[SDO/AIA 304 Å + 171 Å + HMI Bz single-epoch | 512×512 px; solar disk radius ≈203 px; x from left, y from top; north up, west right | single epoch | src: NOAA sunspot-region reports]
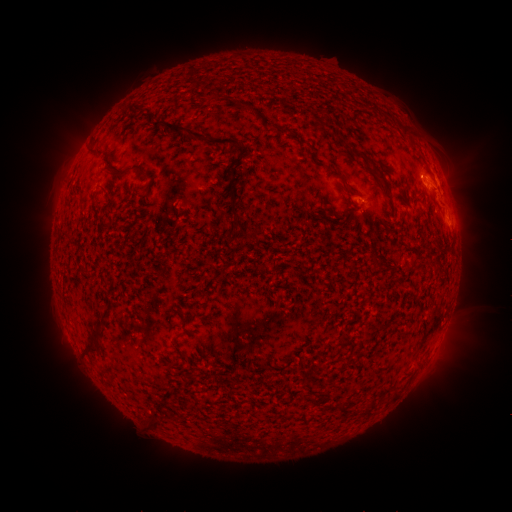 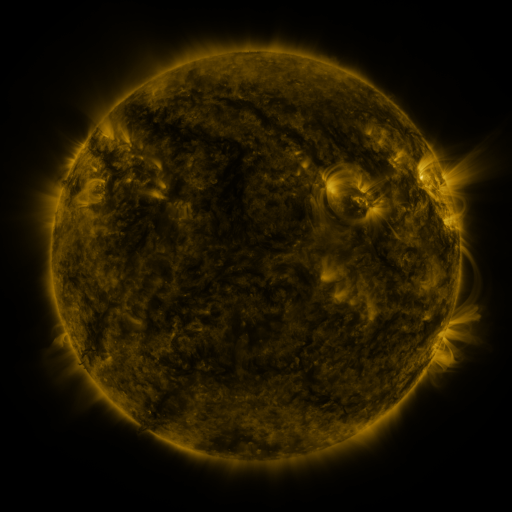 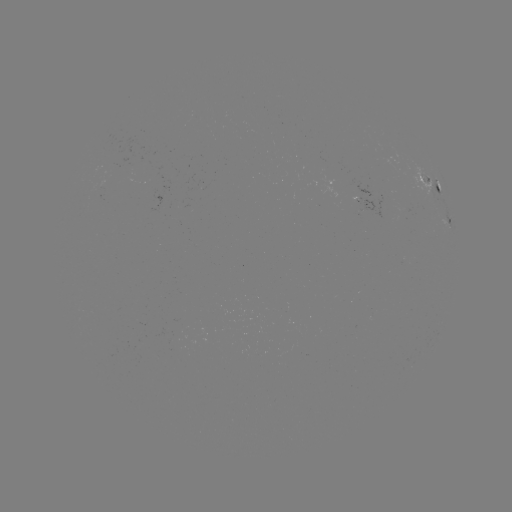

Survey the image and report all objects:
spotted active region: (435, 188)
spotted active region: (450, 225)
